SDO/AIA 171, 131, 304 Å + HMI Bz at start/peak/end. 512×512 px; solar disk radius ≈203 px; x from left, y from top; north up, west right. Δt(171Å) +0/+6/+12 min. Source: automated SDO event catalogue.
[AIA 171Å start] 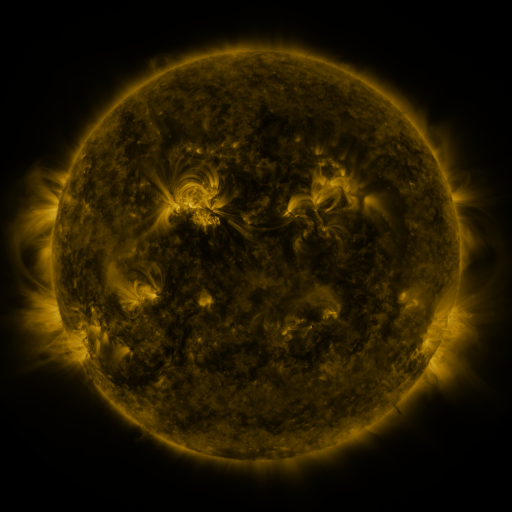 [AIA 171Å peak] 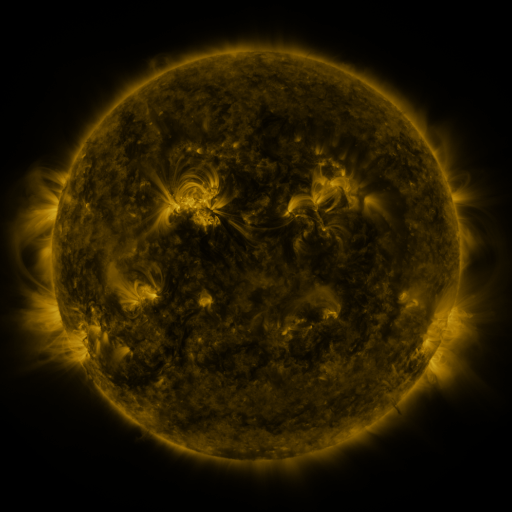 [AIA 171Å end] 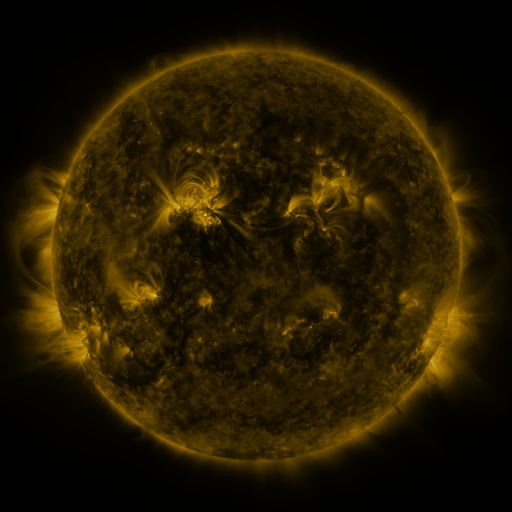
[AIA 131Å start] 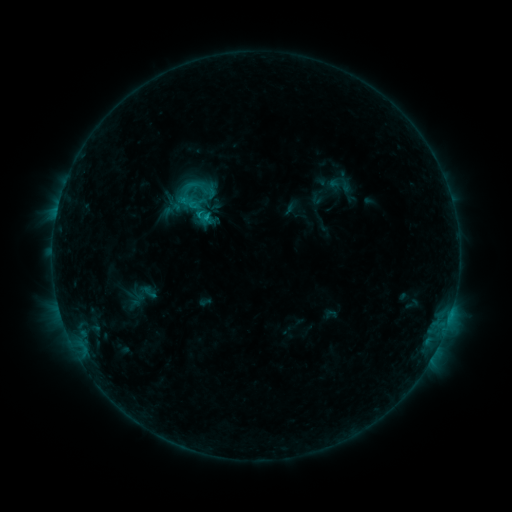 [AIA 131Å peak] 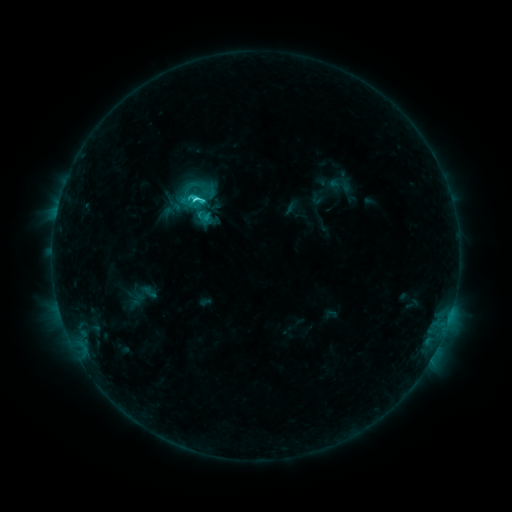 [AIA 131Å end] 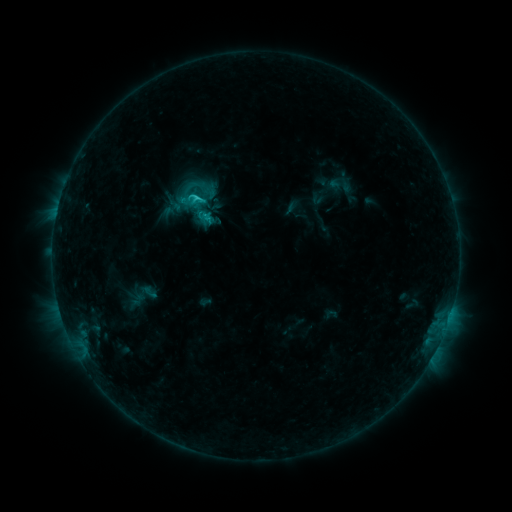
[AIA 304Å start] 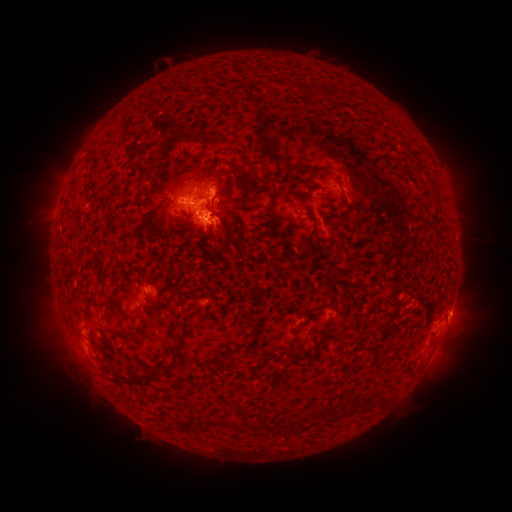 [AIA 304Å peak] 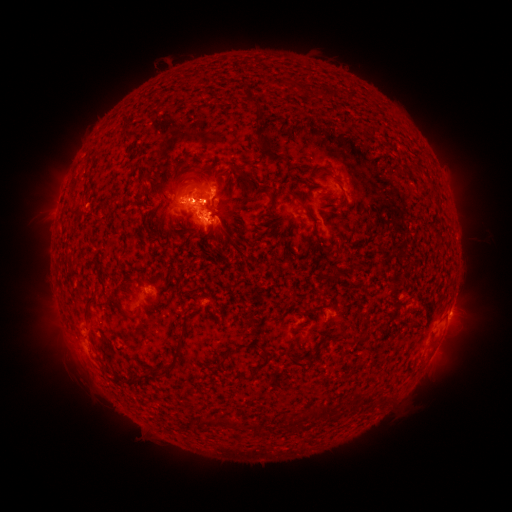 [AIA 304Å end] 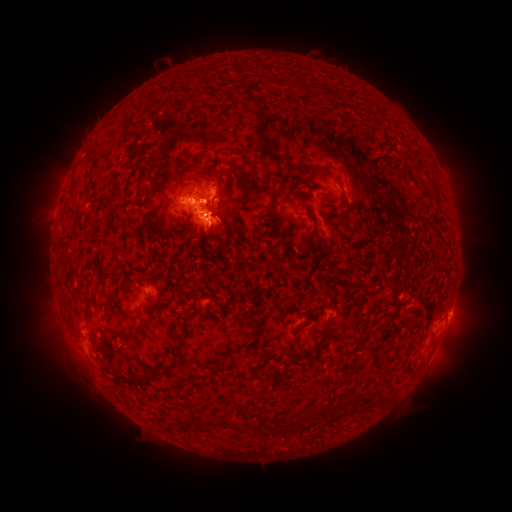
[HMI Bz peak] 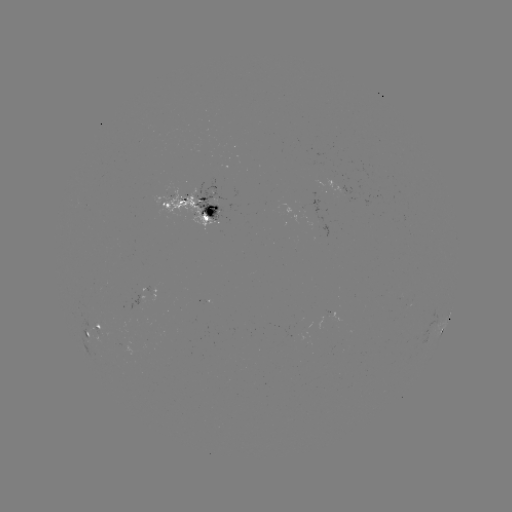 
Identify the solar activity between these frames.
C3.1 flare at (197, 203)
